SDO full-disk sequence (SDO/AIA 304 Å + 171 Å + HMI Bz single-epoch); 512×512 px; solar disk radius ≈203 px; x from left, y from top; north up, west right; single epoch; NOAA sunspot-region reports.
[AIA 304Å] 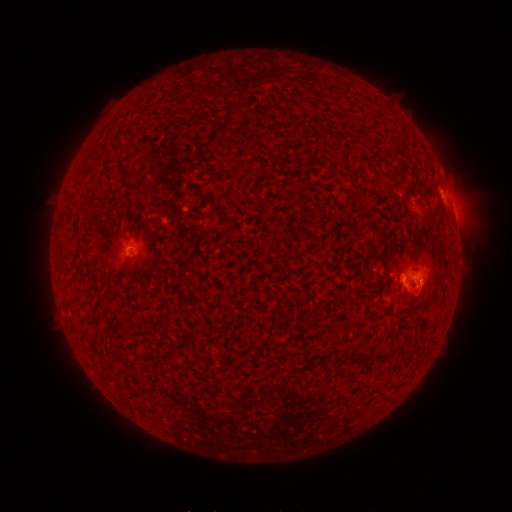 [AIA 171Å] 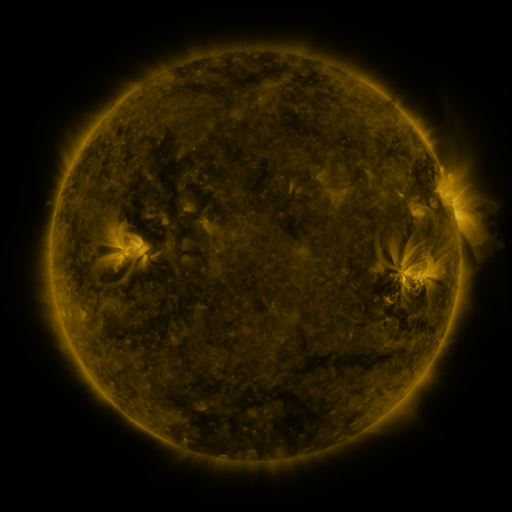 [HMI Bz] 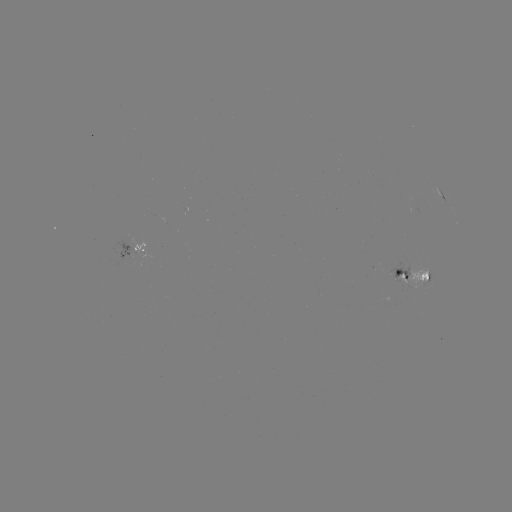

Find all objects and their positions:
spotted active region: (441, 199)
spotted active region: (453, 211)
spotted active region: (133, 248)
spotted active region: (416, 277)
